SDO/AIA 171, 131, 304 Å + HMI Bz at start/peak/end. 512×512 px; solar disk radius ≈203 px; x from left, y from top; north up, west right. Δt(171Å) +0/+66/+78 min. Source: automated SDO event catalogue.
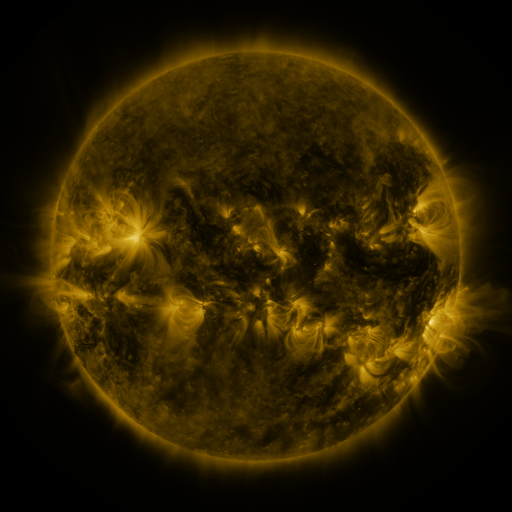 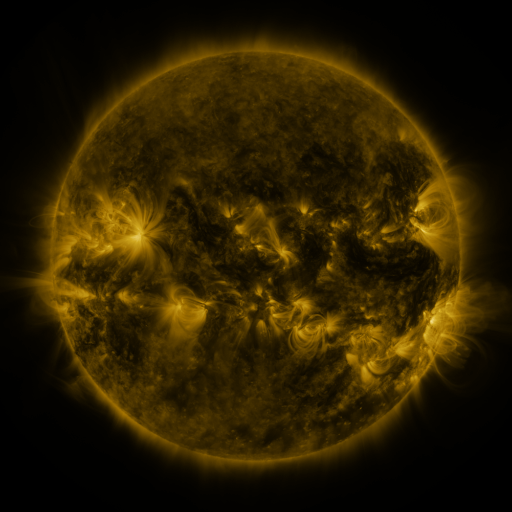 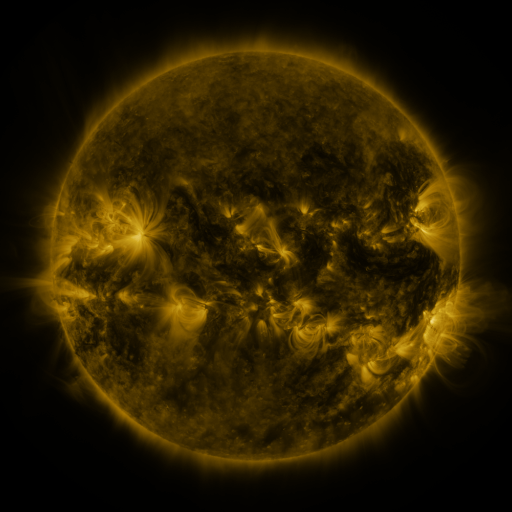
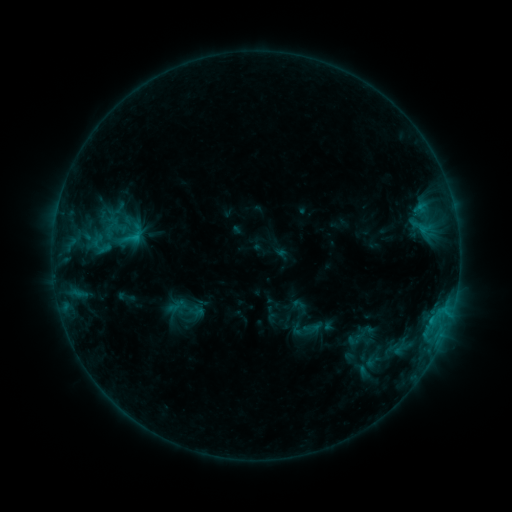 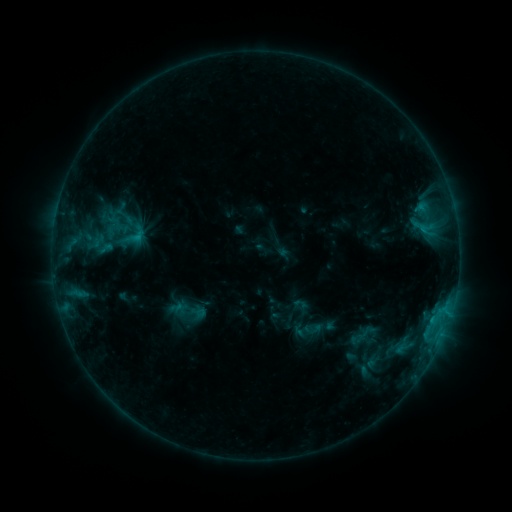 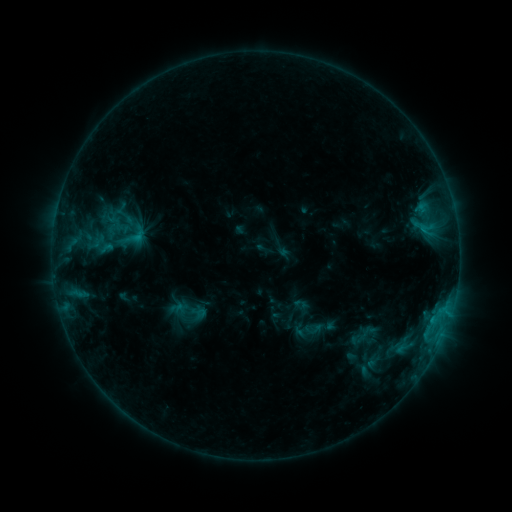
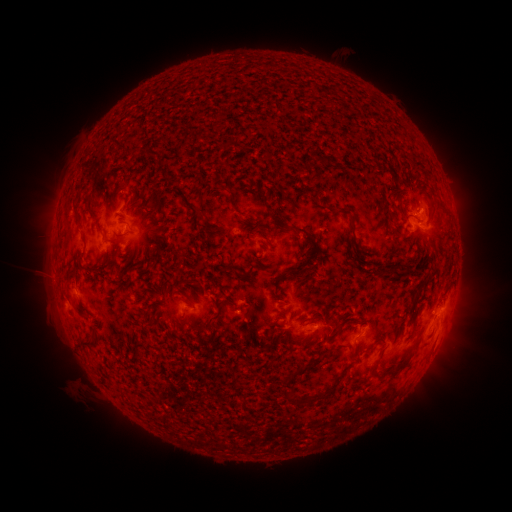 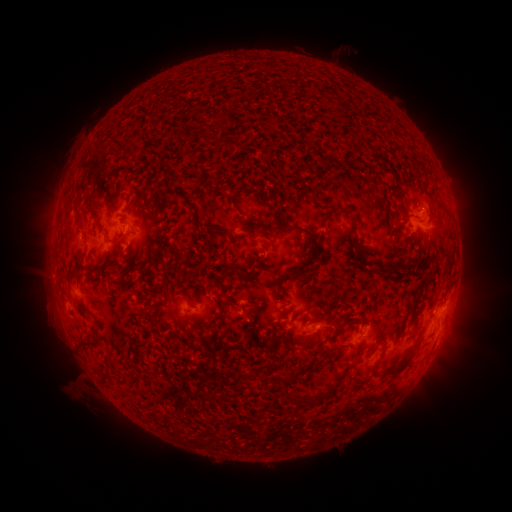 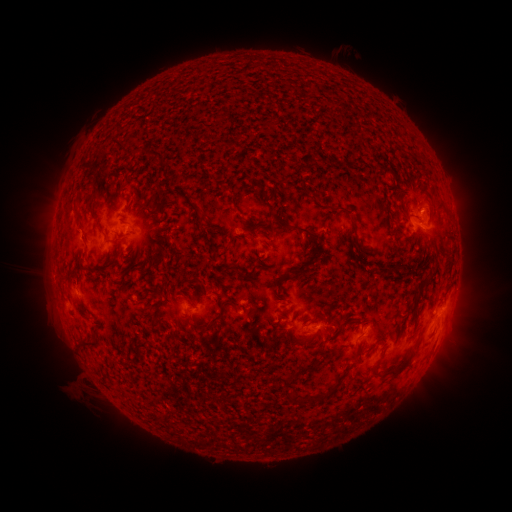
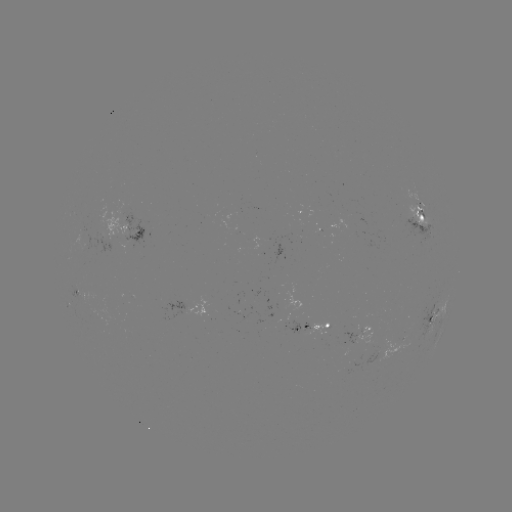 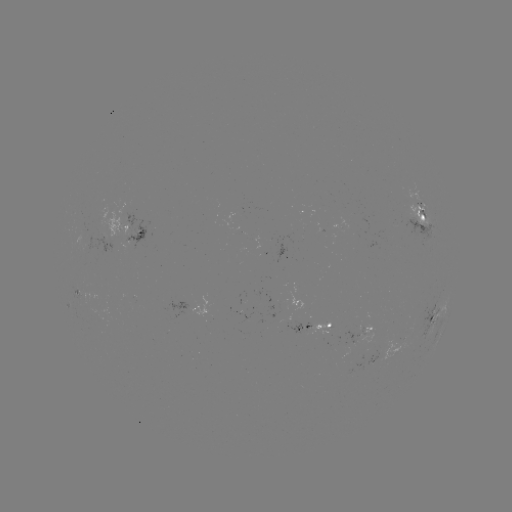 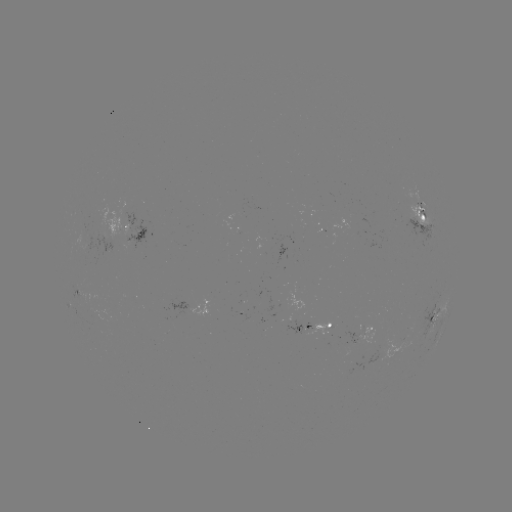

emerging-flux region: [79, 232, 88, 253]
